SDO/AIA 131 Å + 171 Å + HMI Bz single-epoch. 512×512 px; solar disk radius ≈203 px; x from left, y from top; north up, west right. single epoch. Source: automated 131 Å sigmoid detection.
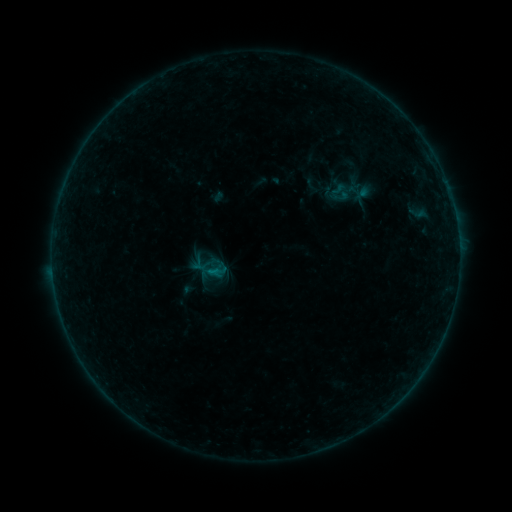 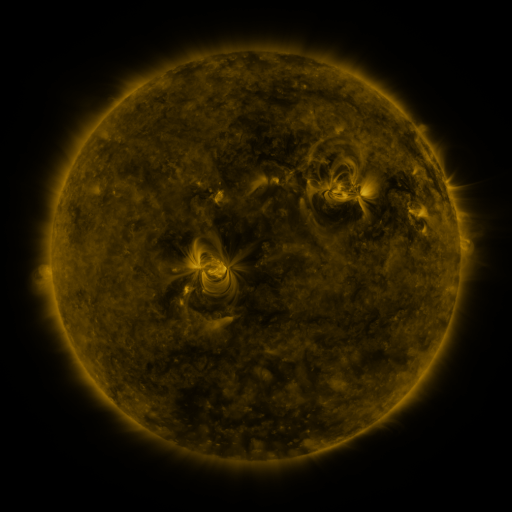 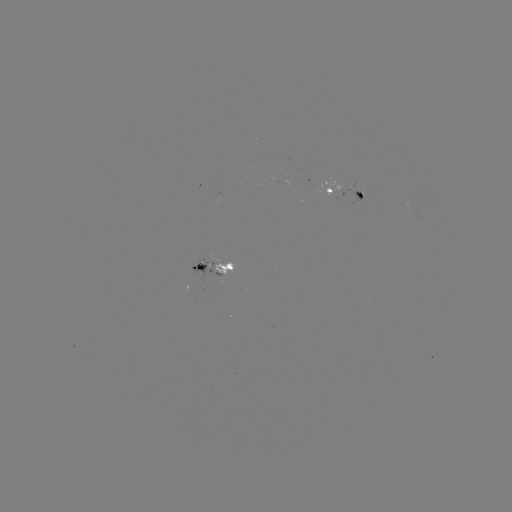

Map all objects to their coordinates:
sigmoid: (337, 191)
